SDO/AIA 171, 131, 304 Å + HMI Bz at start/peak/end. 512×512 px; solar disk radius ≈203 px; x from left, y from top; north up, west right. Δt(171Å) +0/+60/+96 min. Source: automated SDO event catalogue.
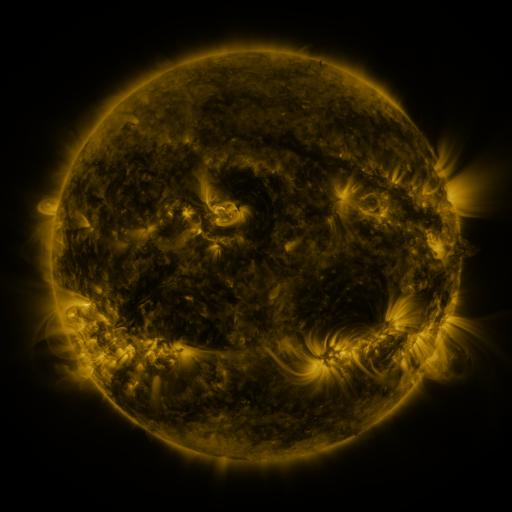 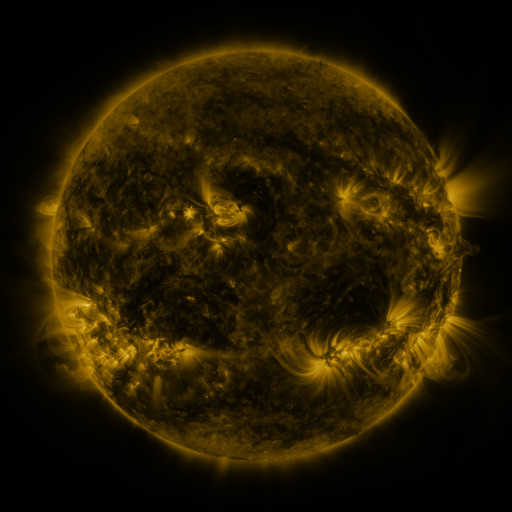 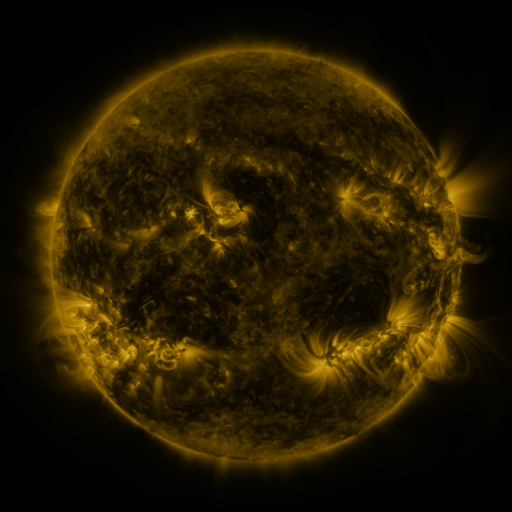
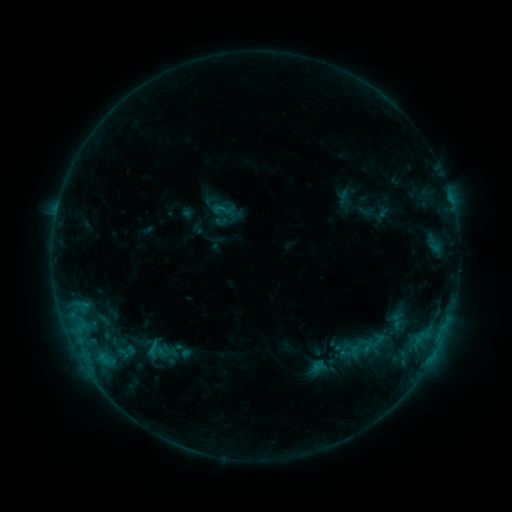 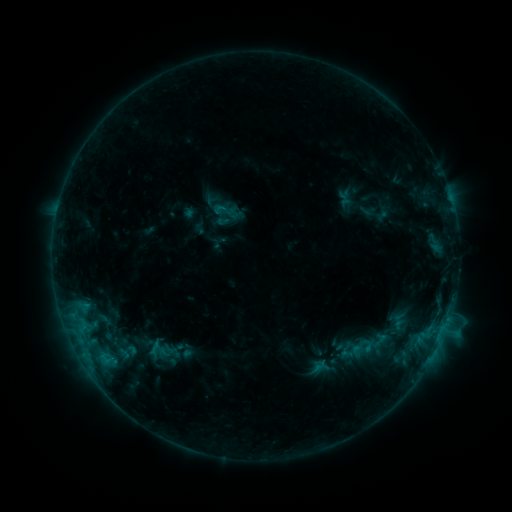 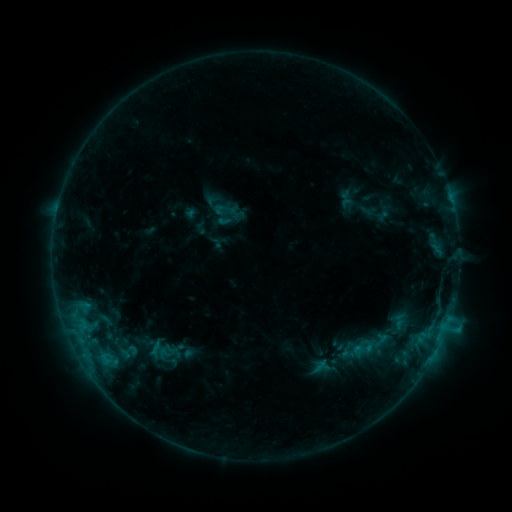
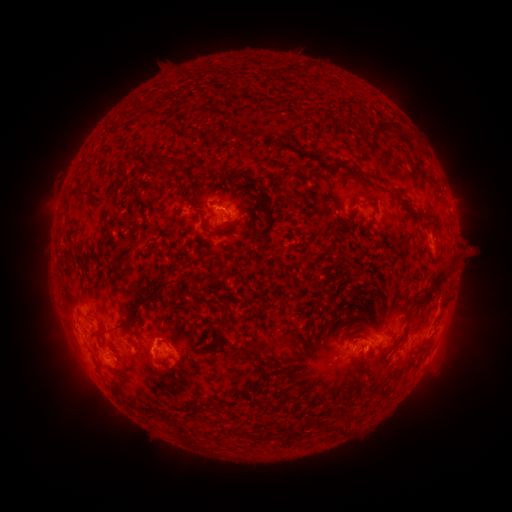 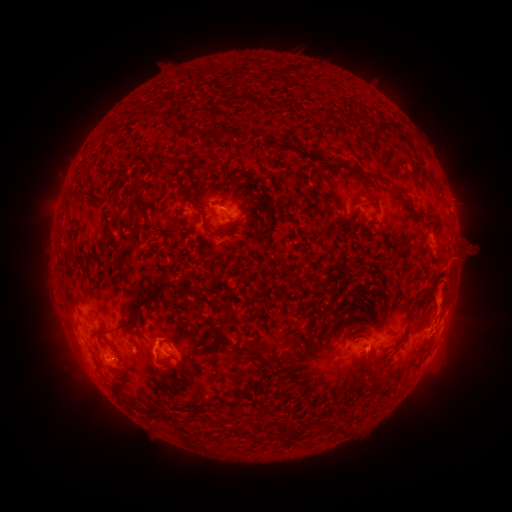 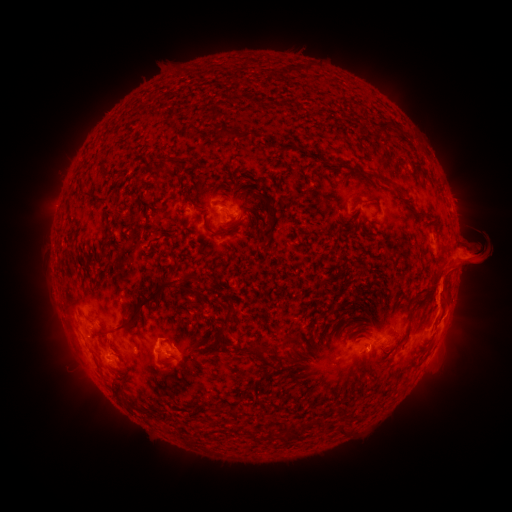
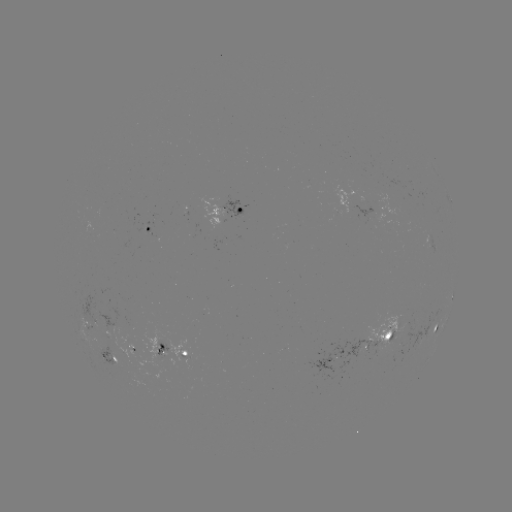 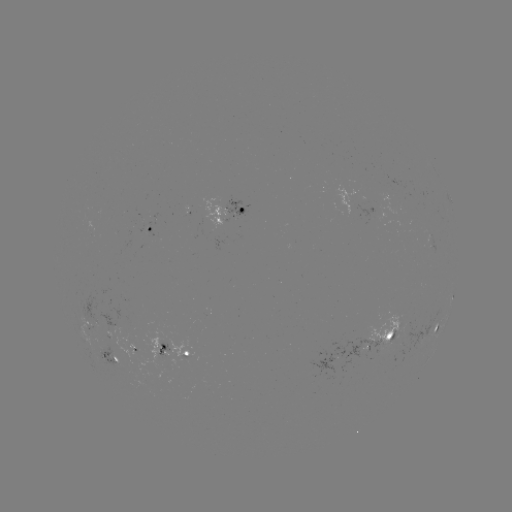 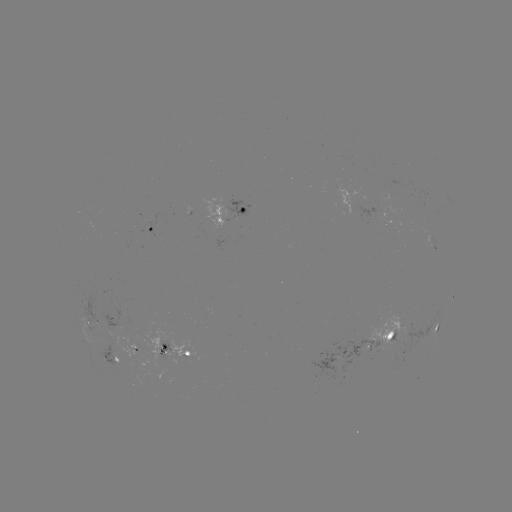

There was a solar emerging-flux region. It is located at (383, 341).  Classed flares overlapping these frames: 1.